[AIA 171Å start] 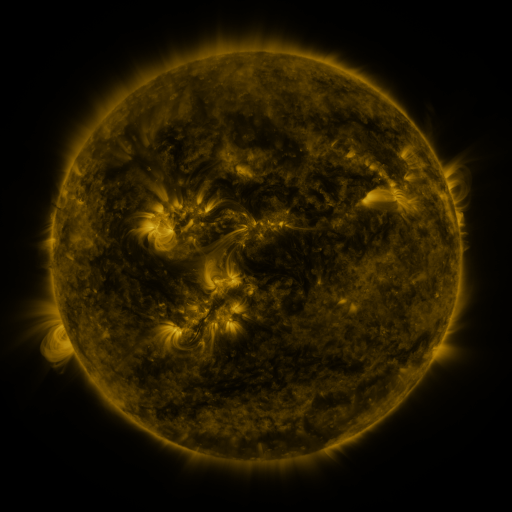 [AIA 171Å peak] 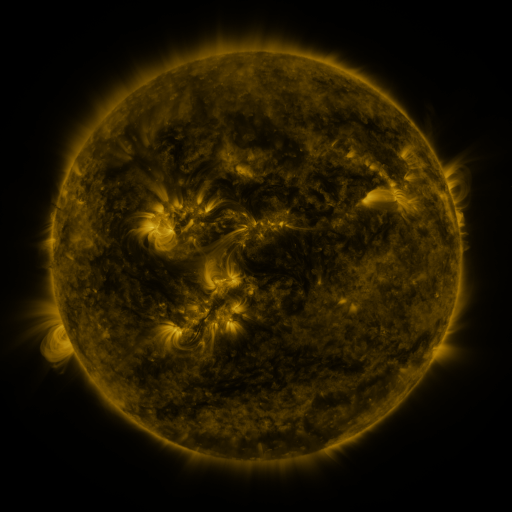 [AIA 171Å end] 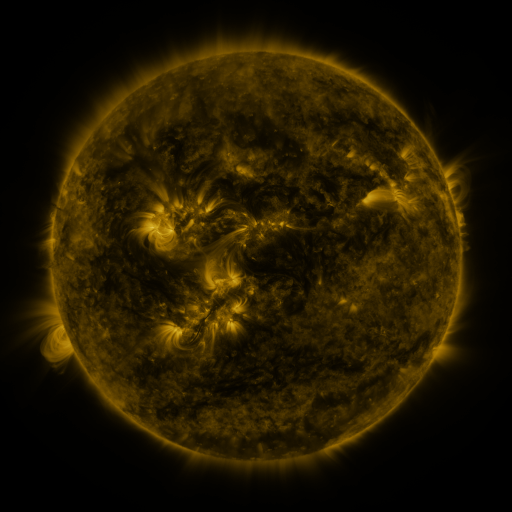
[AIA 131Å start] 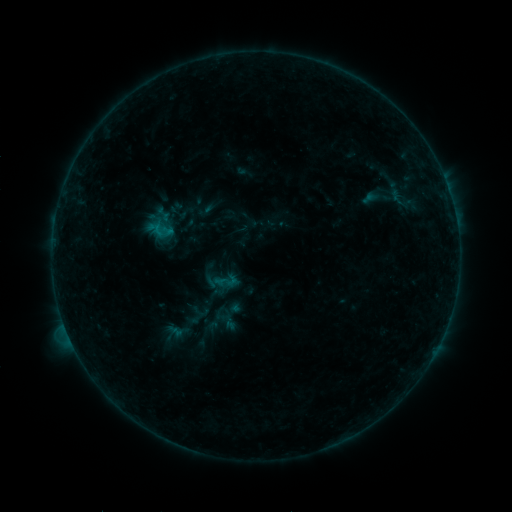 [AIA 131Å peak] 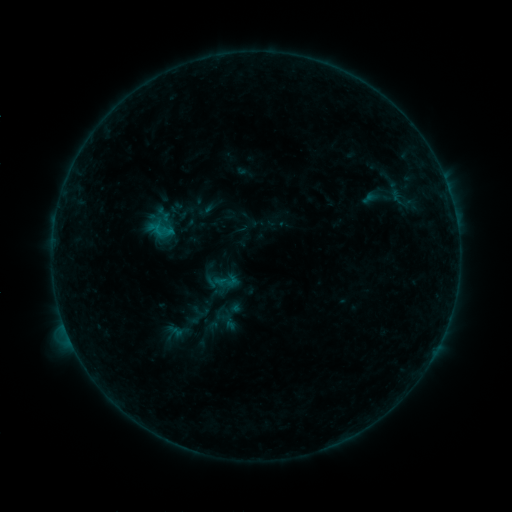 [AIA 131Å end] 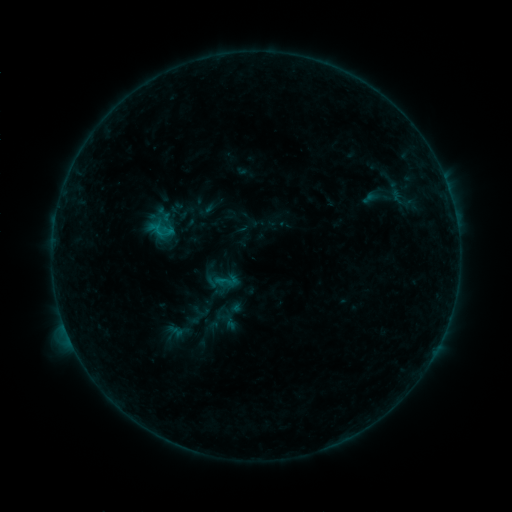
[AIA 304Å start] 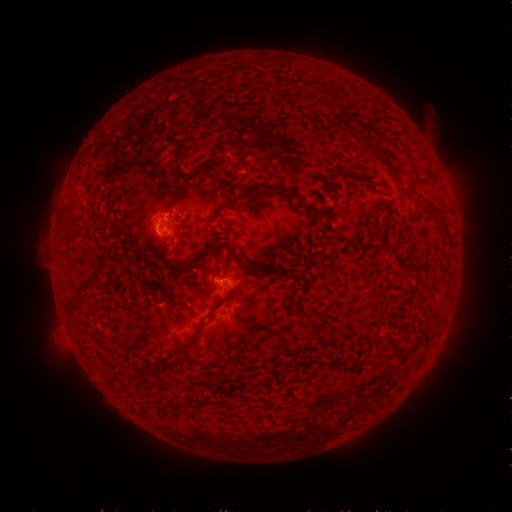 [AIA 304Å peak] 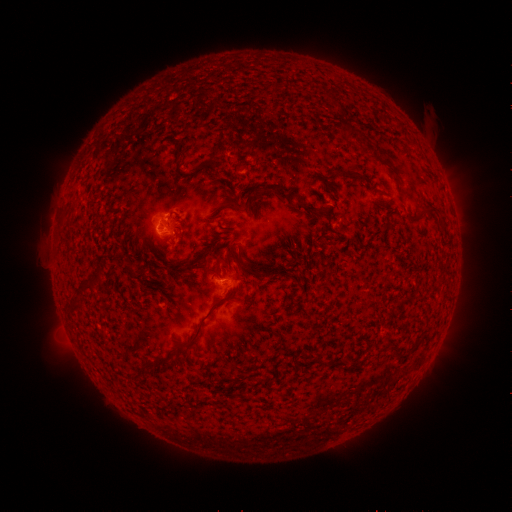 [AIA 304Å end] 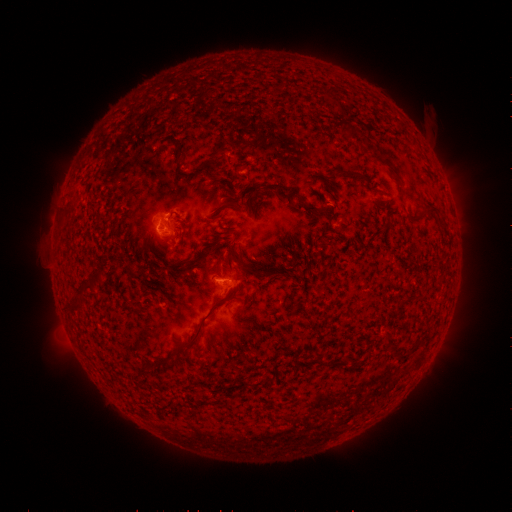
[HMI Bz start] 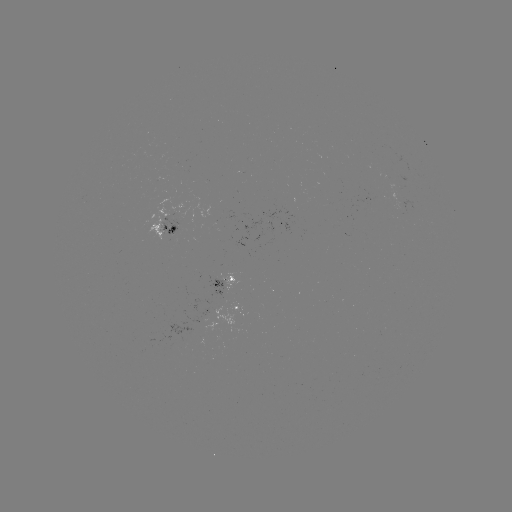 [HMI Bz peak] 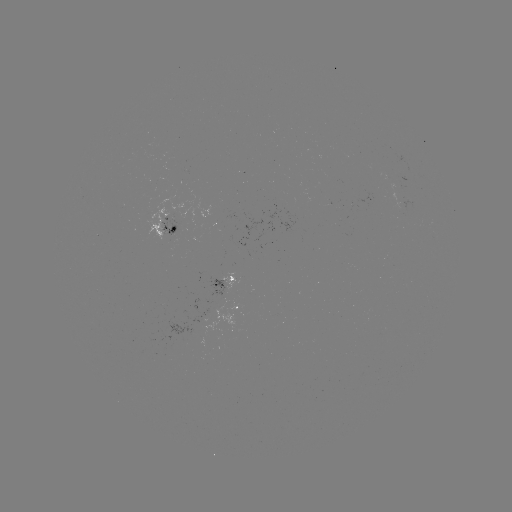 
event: flare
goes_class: B4.3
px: (224, 280)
